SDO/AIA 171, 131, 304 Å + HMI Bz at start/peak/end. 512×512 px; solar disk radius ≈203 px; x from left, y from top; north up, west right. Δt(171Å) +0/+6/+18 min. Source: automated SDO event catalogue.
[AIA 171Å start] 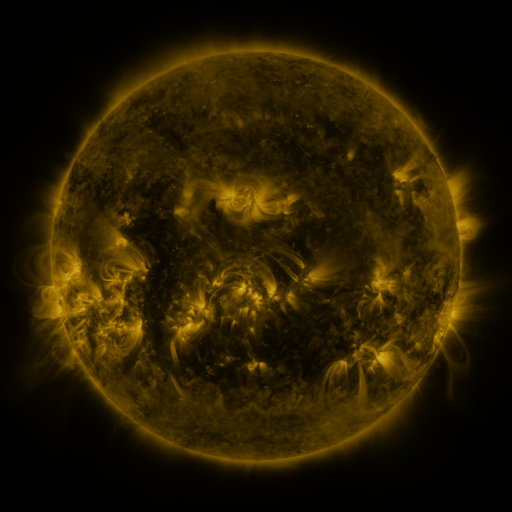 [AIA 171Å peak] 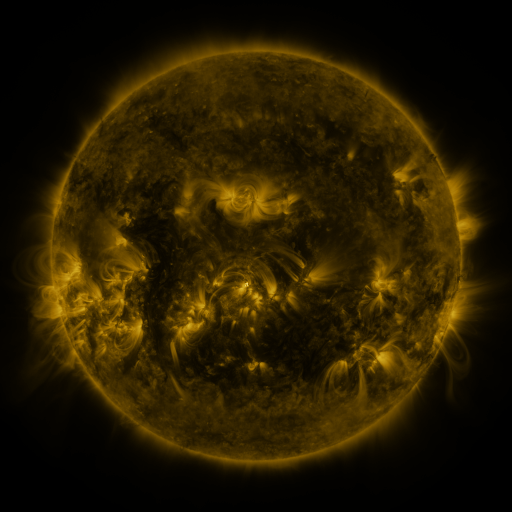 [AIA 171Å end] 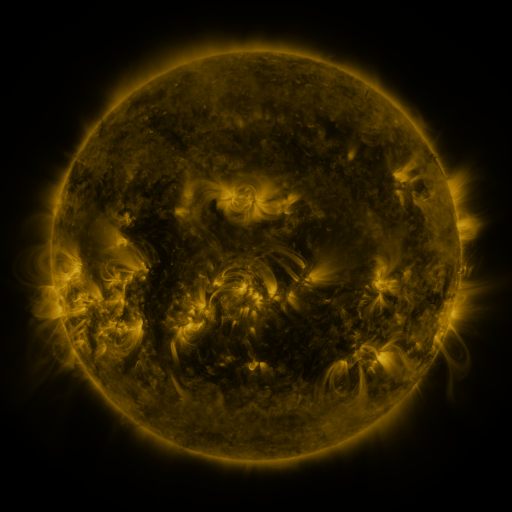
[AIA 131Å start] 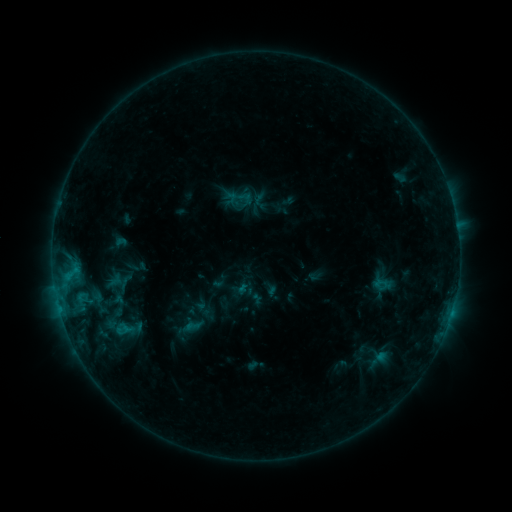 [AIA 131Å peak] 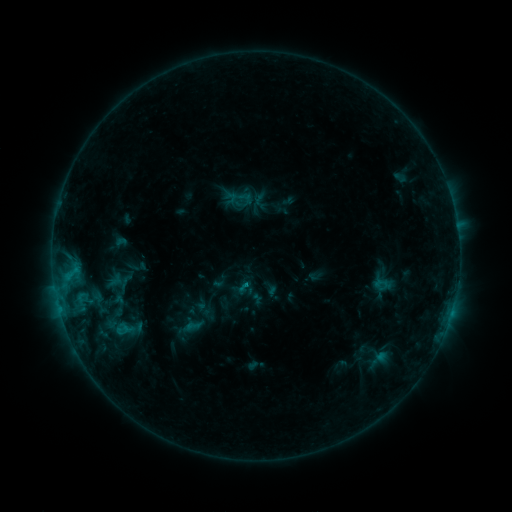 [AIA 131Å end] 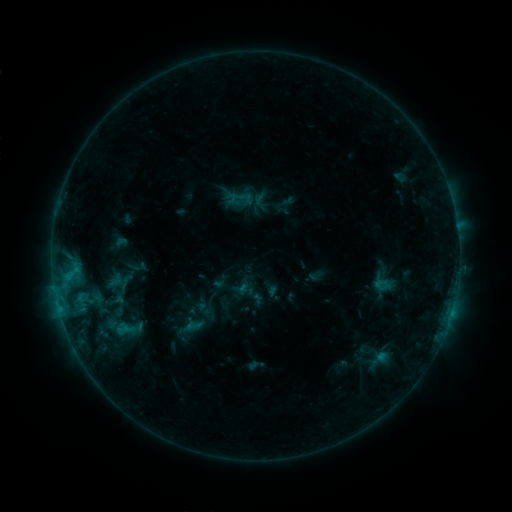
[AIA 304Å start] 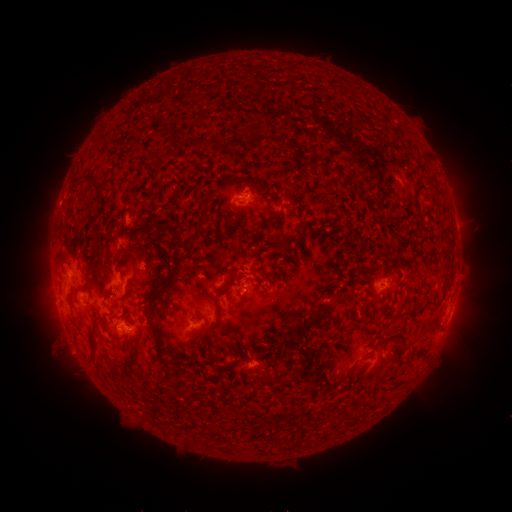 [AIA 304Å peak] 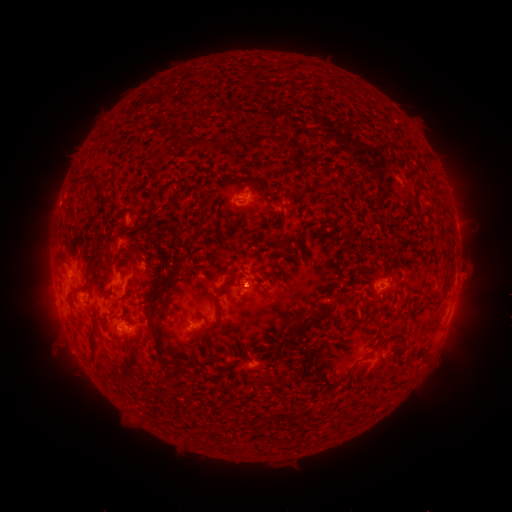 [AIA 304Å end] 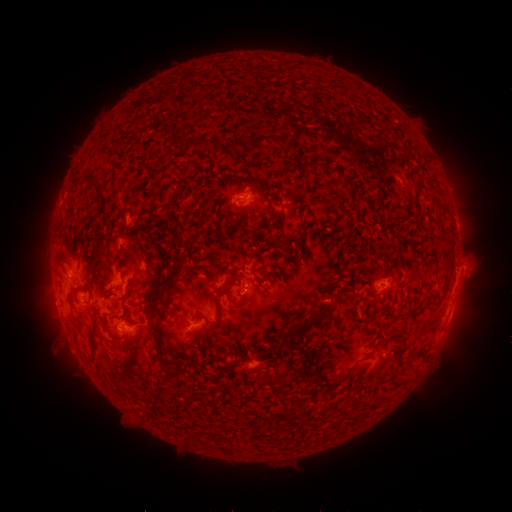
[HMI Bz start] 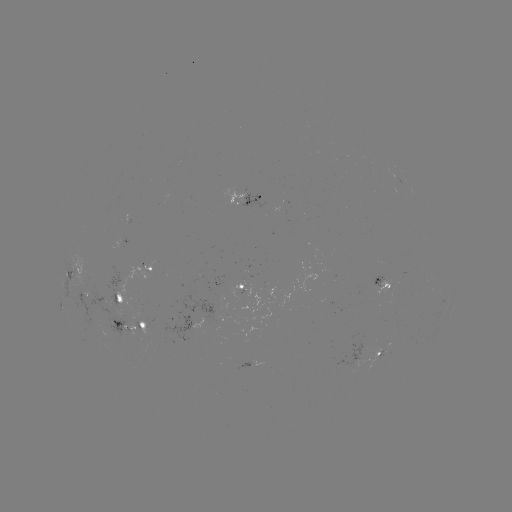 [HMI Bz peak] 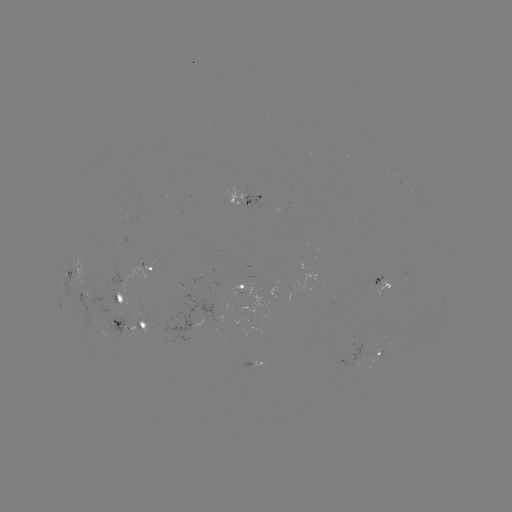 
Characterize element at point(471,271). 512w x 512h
eruption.